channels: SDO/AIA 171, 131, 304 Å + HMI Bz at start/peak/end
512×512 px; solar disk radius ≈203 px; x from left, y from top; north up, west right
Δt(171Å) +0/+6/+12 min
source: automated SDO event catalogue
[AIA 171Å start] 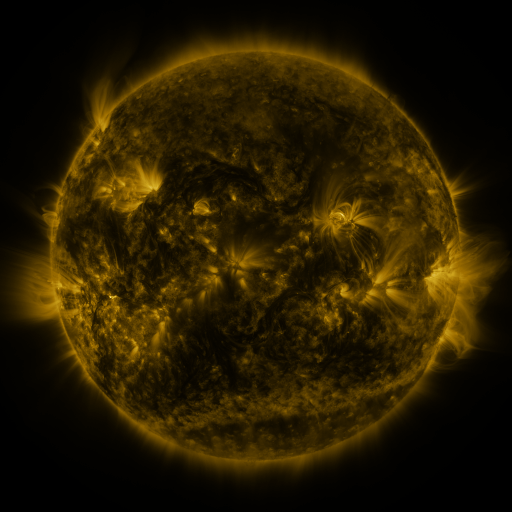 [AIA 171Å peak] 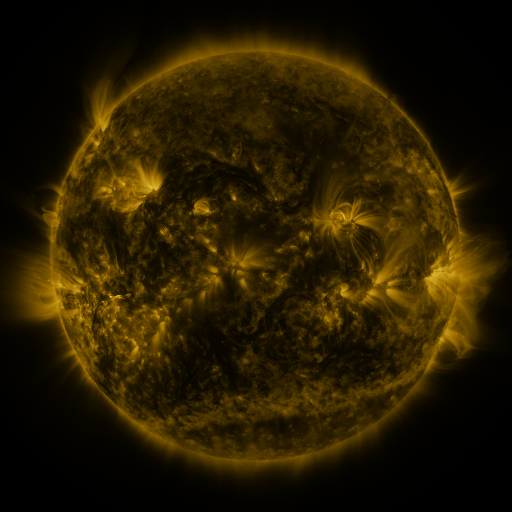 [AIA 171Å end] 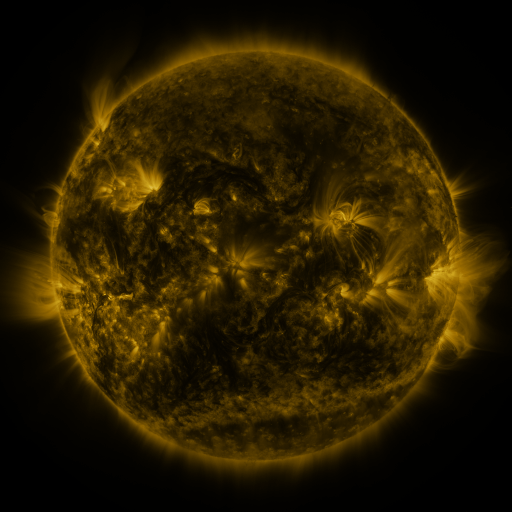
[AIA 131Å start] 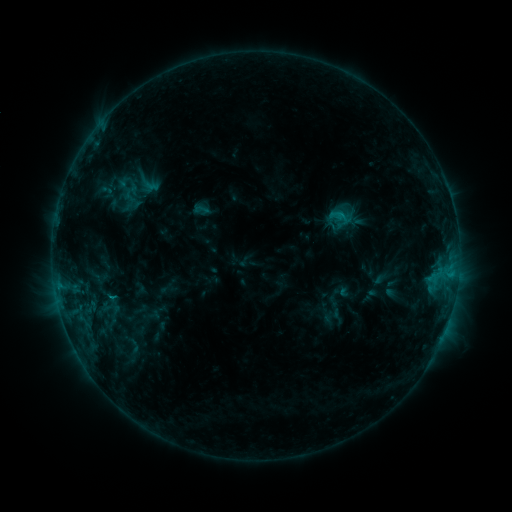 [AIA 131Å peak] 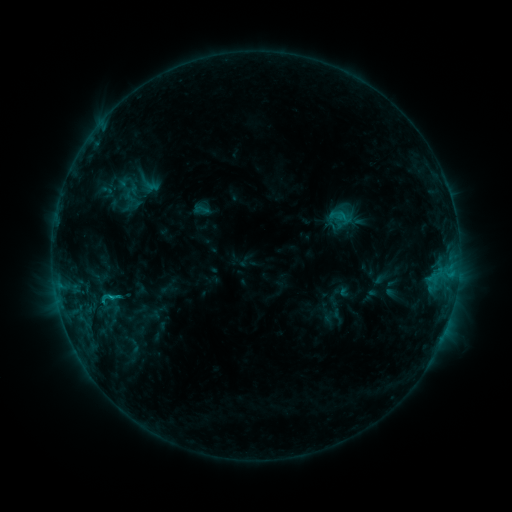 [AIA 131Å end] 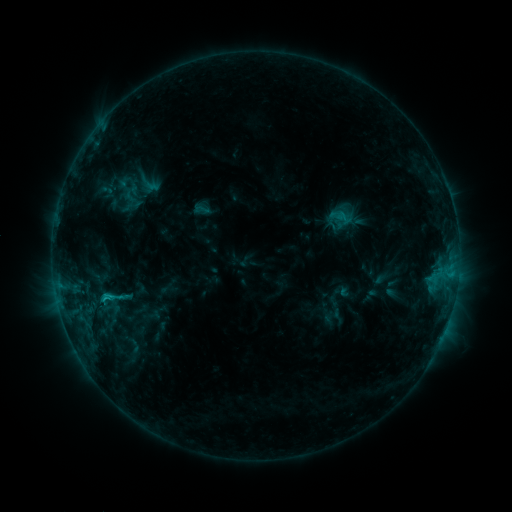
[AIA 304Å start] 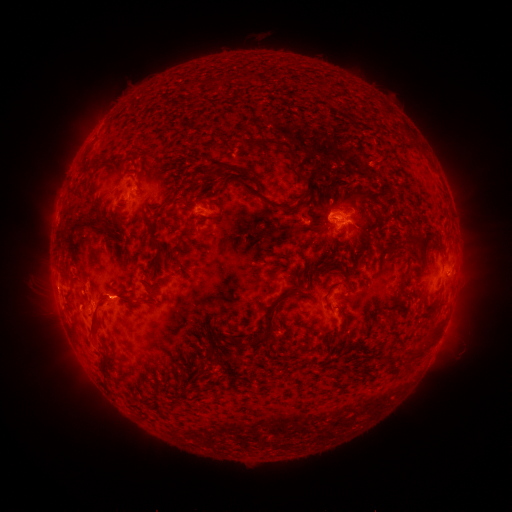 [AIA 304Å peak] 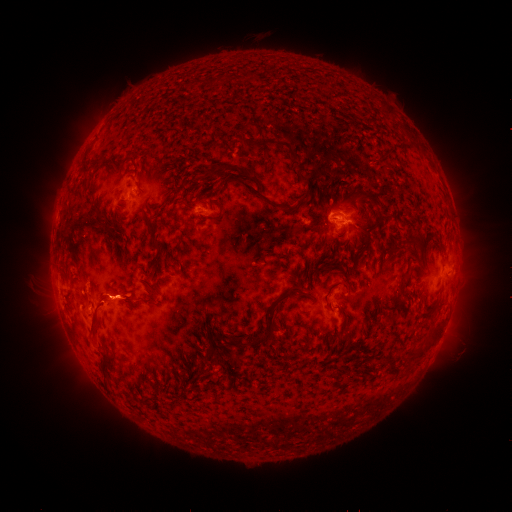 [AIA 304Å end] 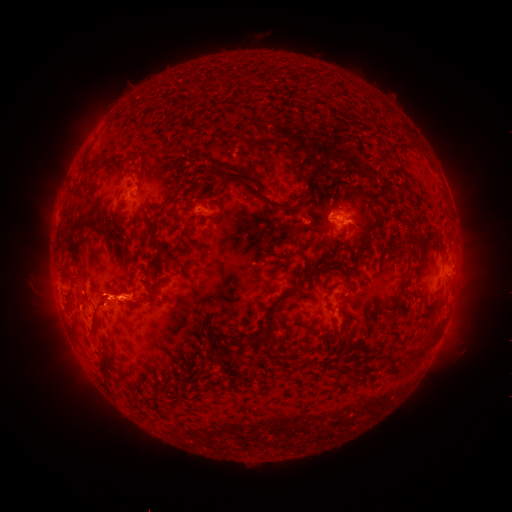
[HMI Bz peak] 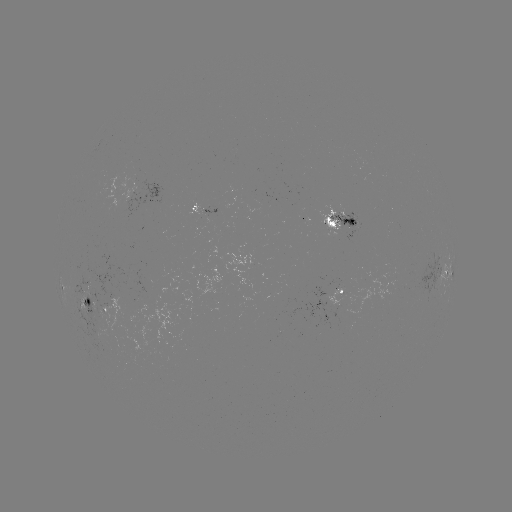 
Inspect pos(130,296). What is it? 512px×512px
eruption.